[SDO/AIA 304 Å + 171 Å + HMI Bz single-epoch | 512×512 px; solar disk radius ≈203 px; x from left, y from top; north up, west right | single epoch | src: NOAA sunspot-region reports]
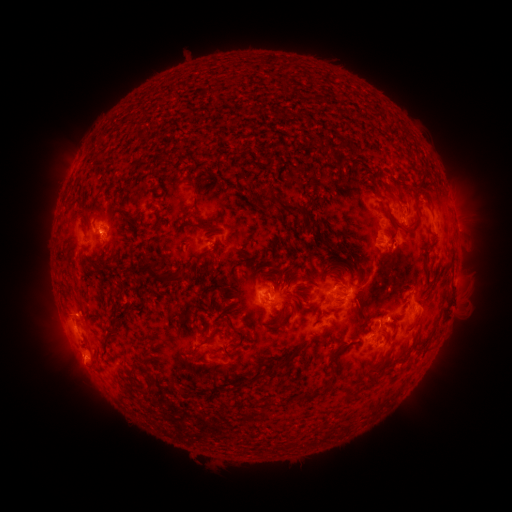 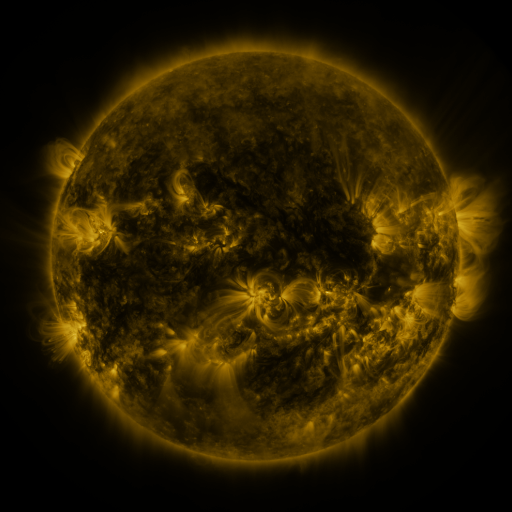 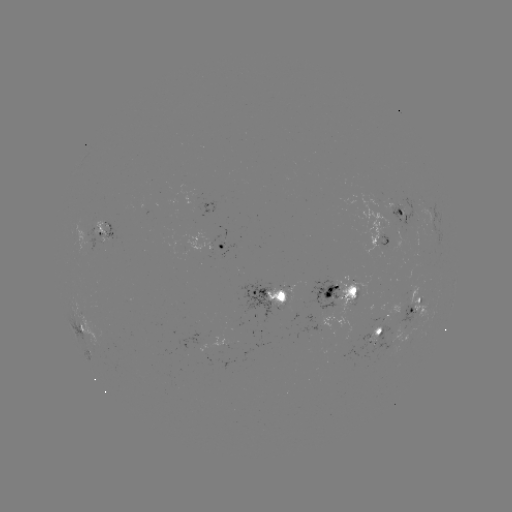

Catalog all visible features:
spotted active region: (402, 211)
spotted active region: (106, 229)
spotted active region: (380, 237)
spotted active region: (224, 244)
spotted active region: (341, 292)
spotted active region: (270, 297)
spotted active region: (417, 305)
spotted active region: (450, 313)
spotted active region: (326, 320)
spotted active region: (86, 327)
spotted active region: (383, 328)
